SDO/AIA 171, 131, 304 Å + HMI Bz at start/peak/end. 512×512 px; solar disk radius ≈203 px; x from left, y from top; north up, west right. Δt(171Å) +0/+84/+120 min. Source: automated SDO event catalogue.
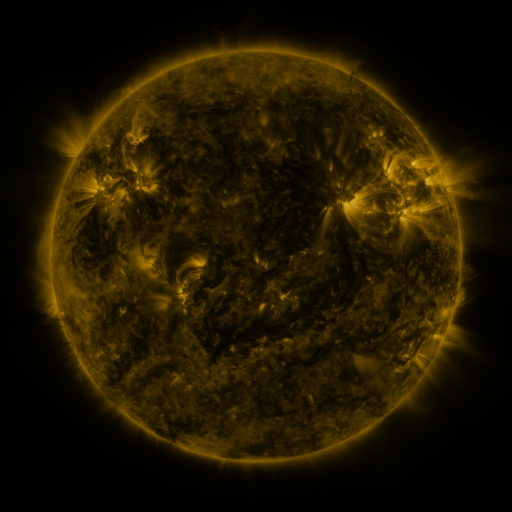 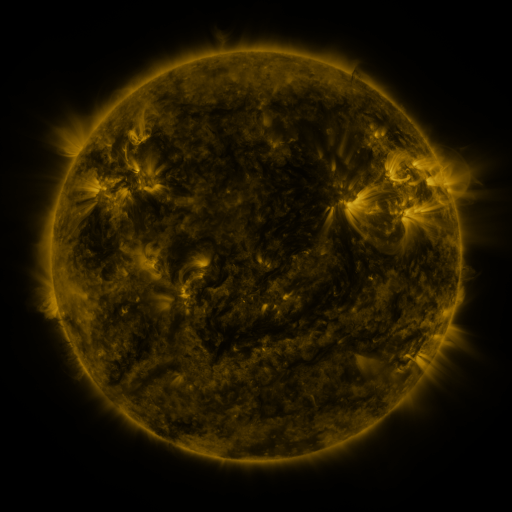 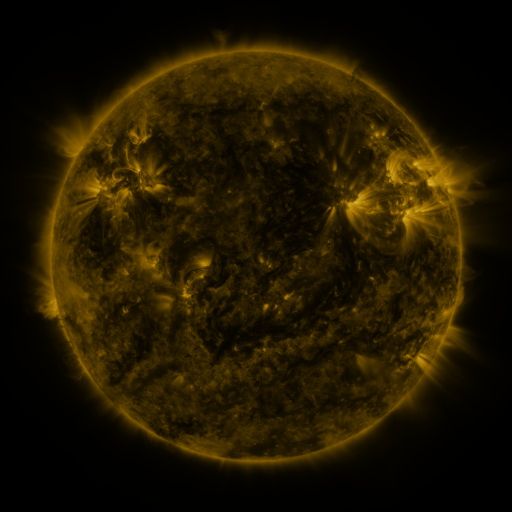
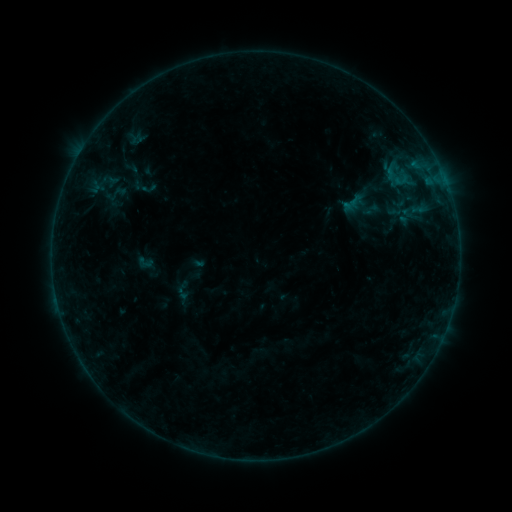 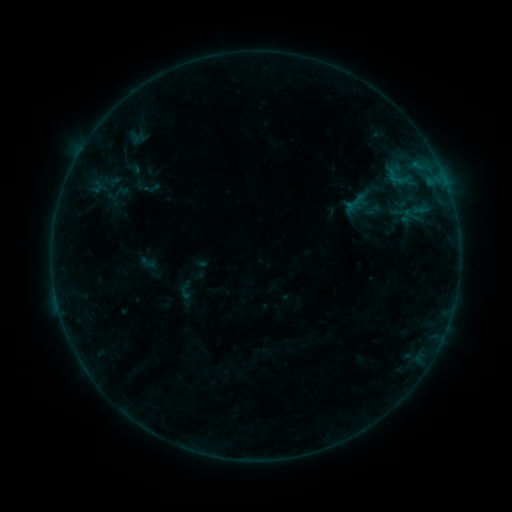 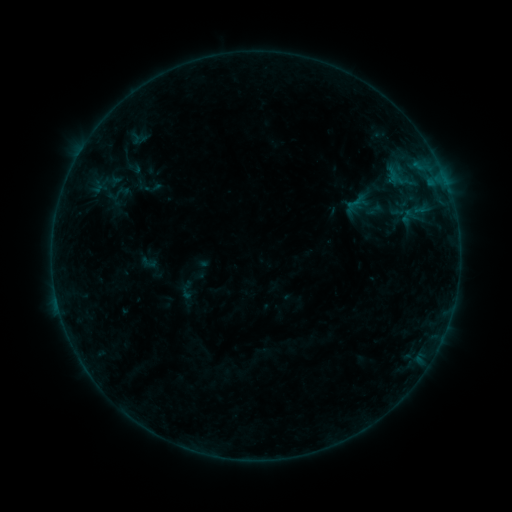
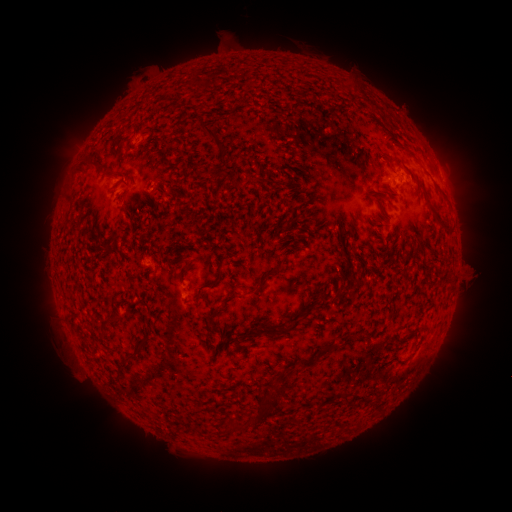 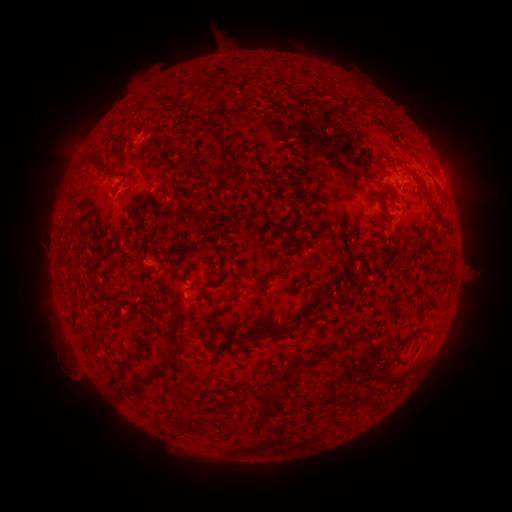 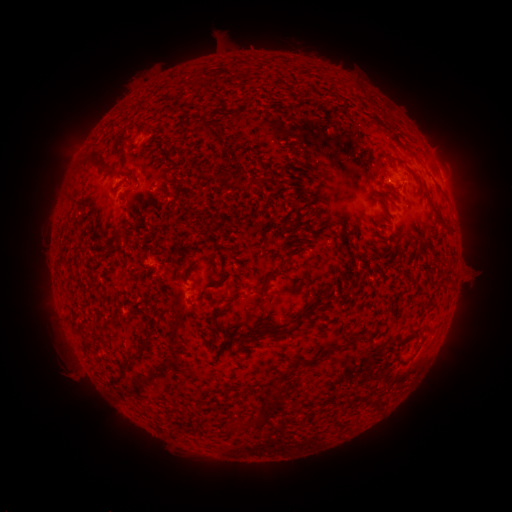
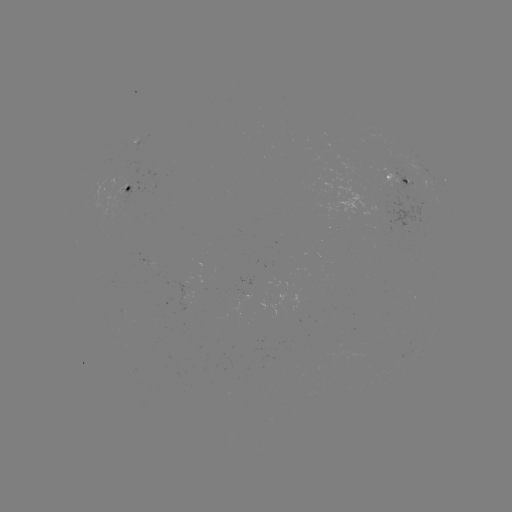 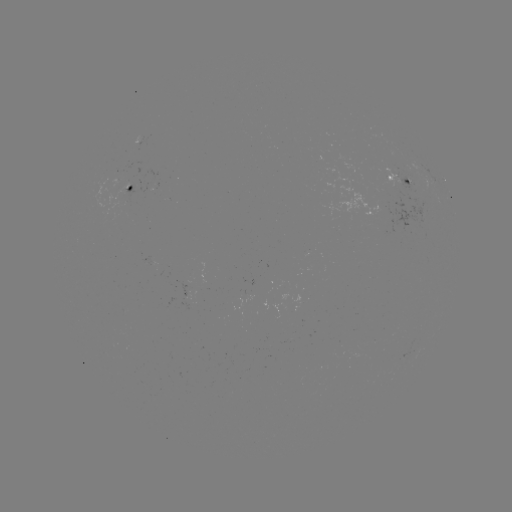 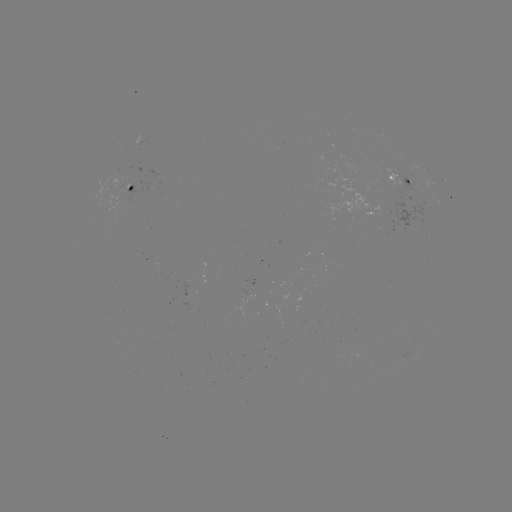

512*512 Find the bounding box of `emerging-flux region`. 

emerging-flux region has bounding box [379, 166, 405, 189].